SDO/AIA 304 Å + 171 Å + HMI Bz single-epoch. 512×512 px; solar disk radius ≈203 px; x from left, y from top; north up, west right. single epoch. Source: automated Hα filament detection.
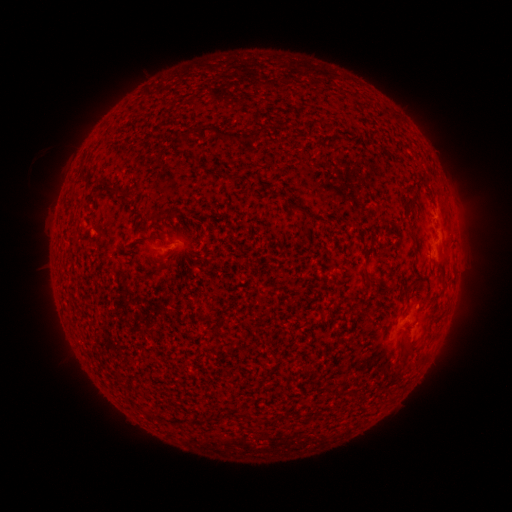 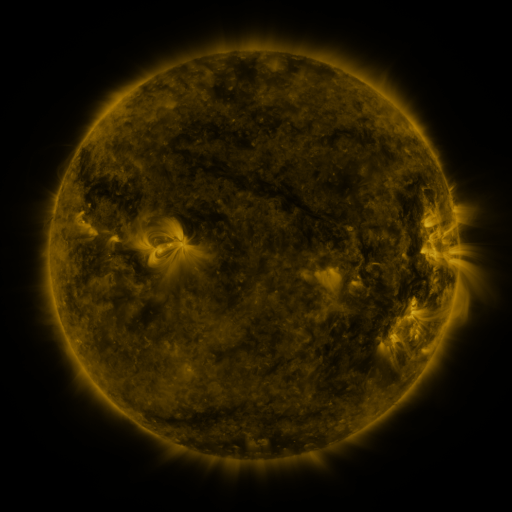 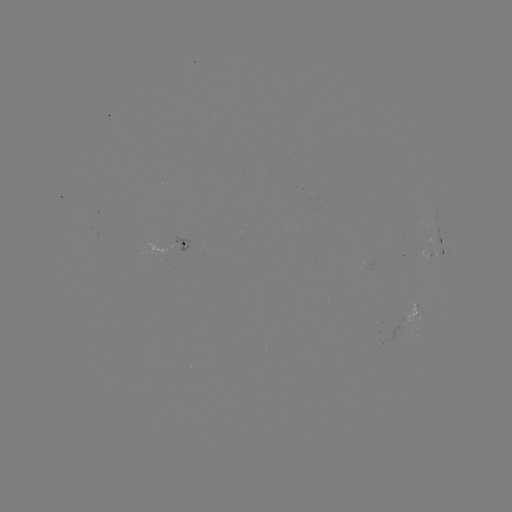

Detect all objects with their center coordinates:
filament: <bbox>196, 126, 205, 140</bbox>
filament: <bbox>241, 126, 266, 142</bbox>
filament: <bbox>180, 130, 191, 138</bbox>
filament: <bbox>215, 131, 236, 146</bbox>
filament: <bbox>291, 202, 301, 212</bbox>
filament: <bbox>411, 230, 417, 242</bbox>
filament: <bbox>438, 259, 447, 278</bbox>
filament: <bbox>369, 276, 380, 284</bbox>
filament: <bbox>241, 410, 252, 418</bbox>
